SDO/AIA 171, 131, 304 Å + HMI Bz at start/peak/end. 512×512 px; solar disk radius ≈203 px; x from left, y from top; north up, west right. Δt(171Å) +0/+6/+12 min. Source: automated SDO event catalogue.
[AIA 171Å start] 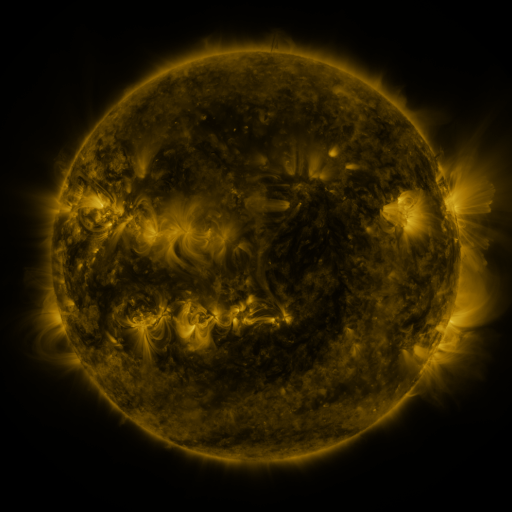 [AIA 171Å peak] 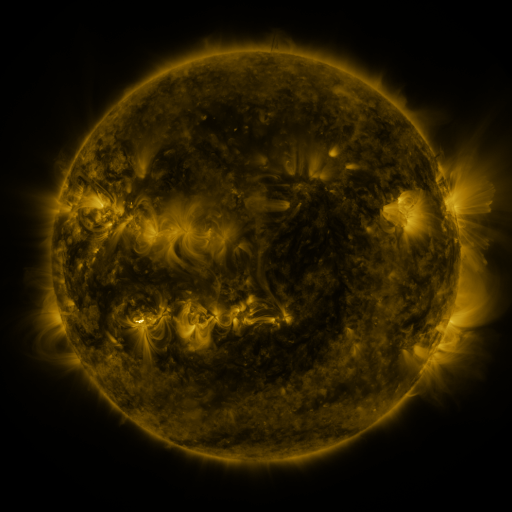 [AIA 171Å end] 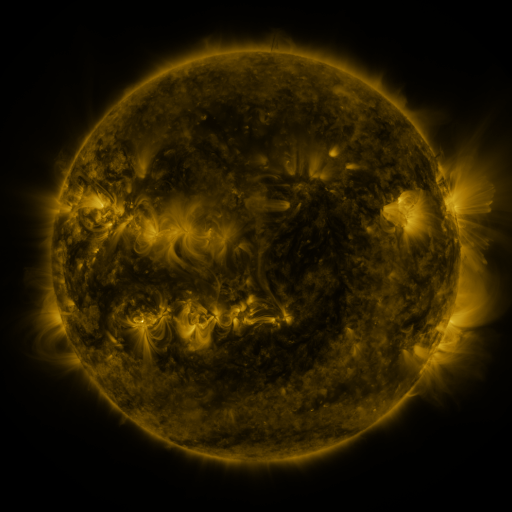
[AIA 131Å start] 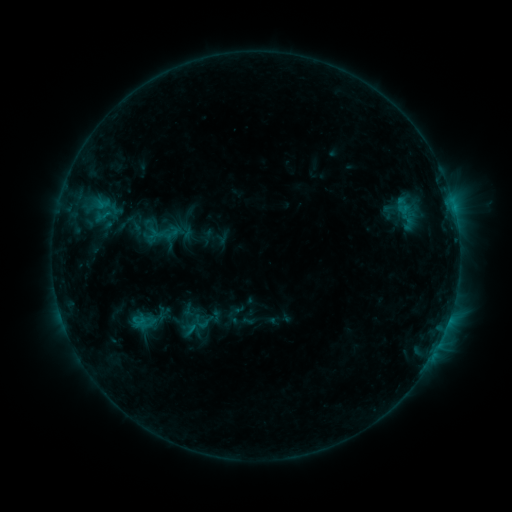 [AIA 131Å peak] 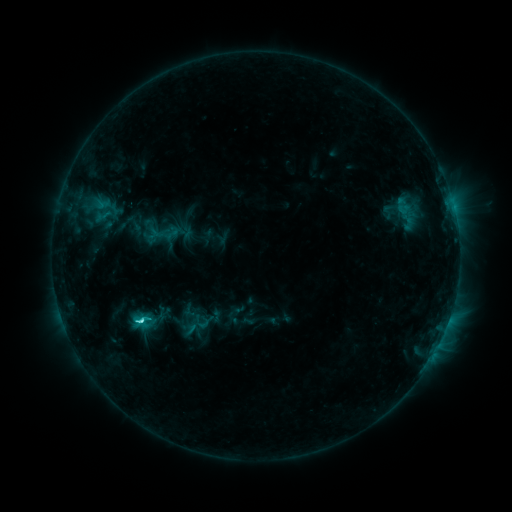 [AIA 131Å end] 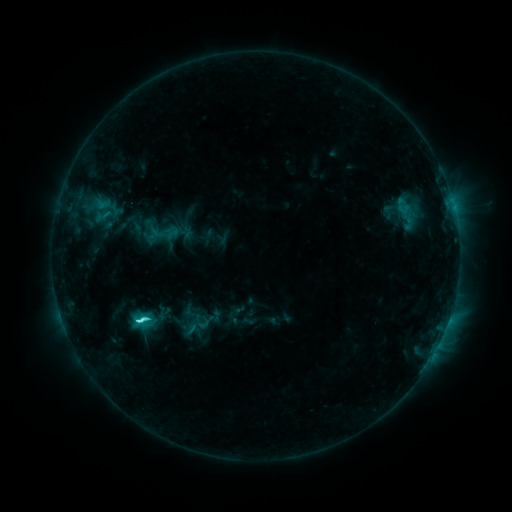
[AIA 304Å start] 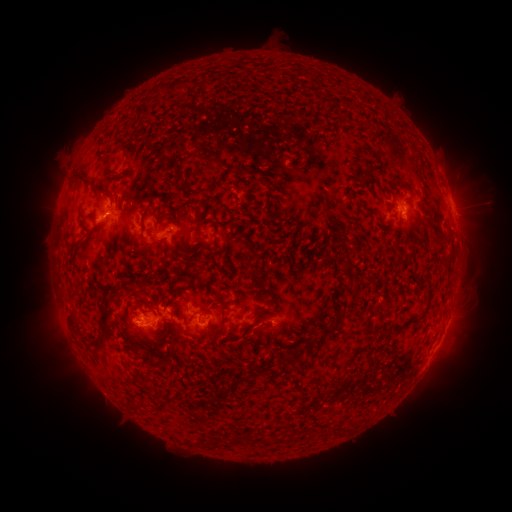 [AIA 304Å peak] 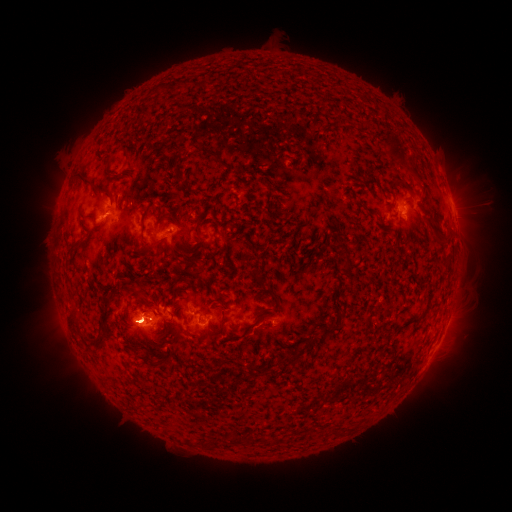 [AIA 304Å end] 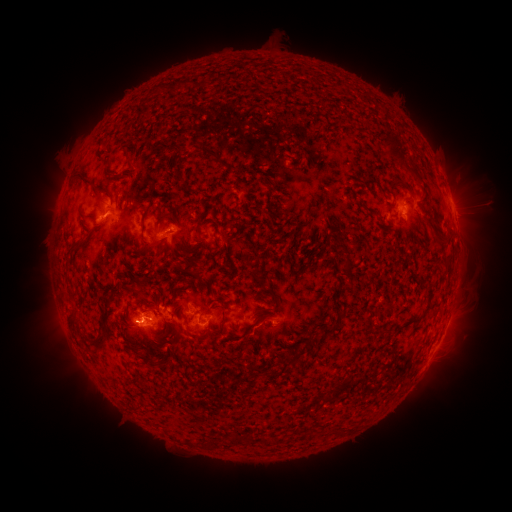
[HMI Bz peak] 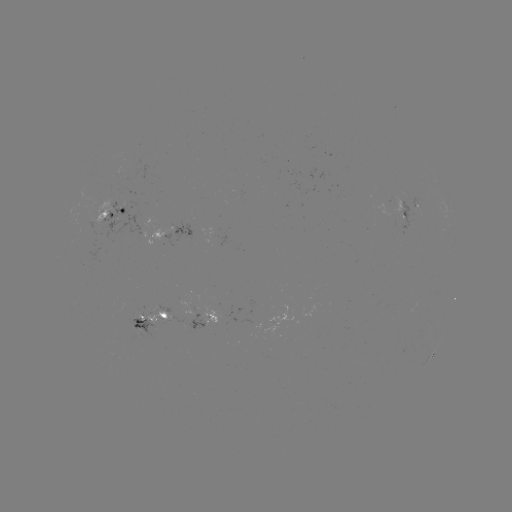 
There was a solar flare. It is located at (142, 317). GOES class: C3.9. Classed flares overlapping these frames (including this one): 1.